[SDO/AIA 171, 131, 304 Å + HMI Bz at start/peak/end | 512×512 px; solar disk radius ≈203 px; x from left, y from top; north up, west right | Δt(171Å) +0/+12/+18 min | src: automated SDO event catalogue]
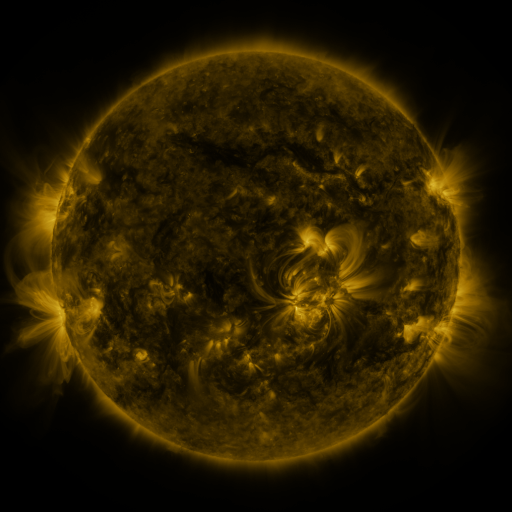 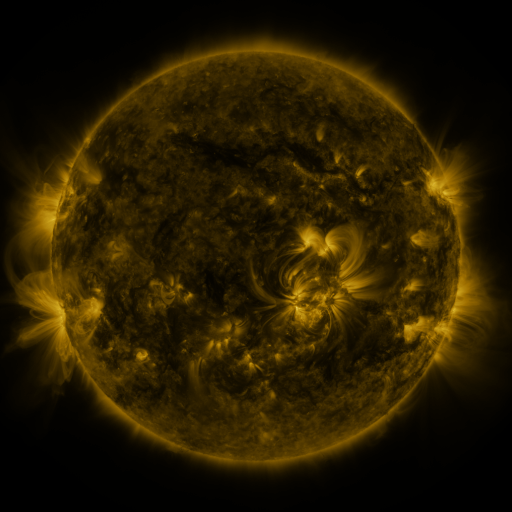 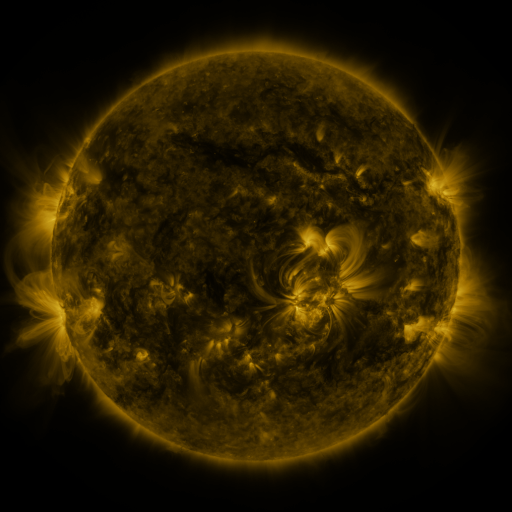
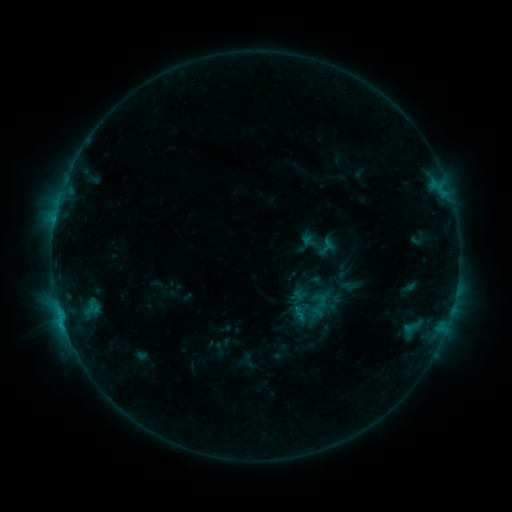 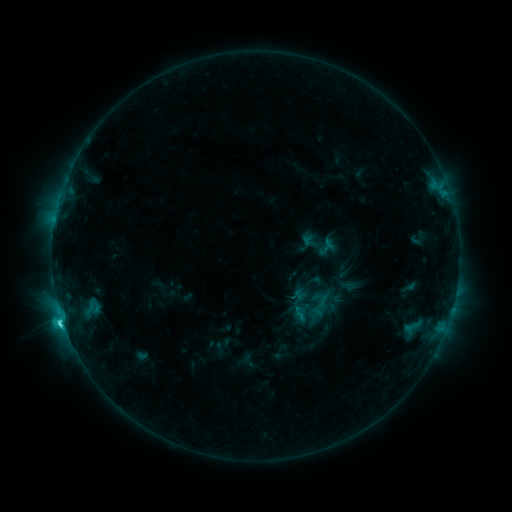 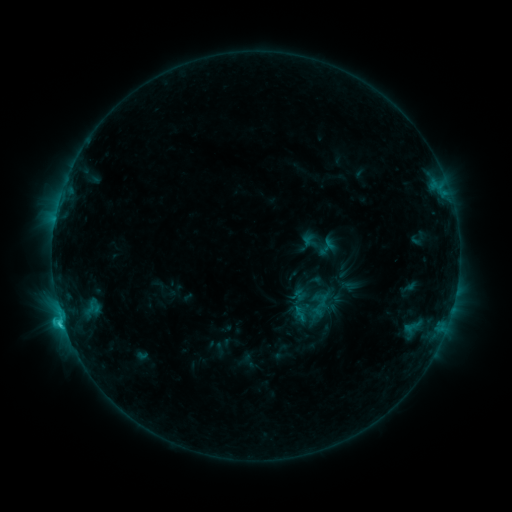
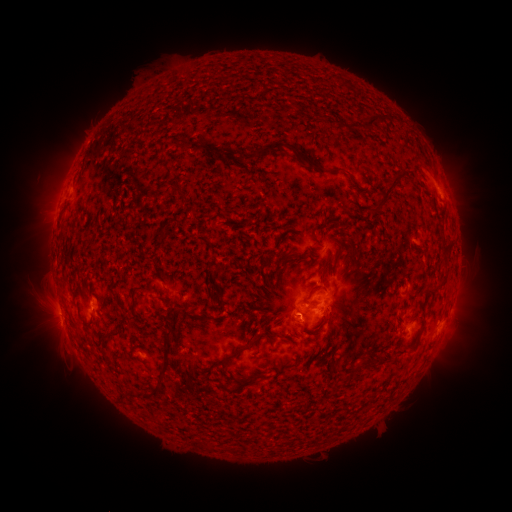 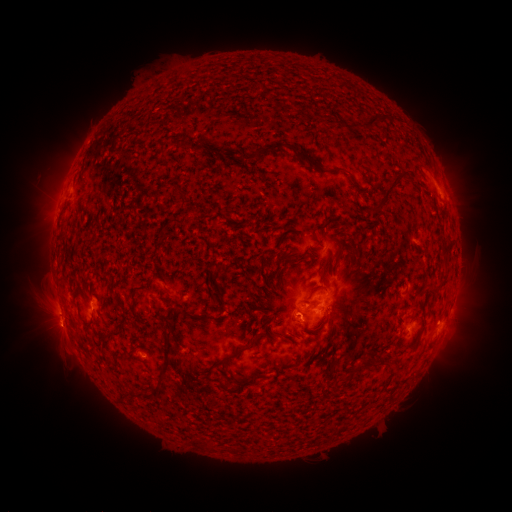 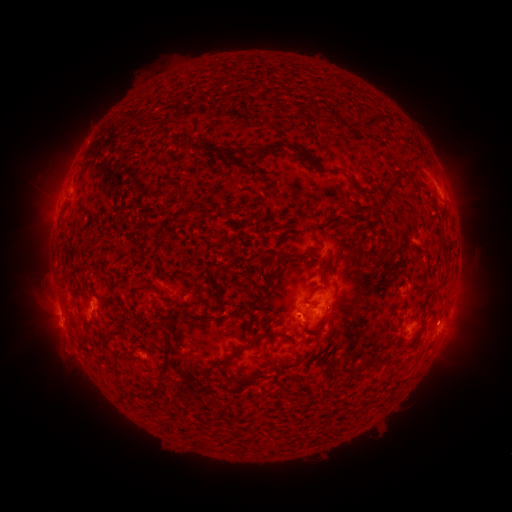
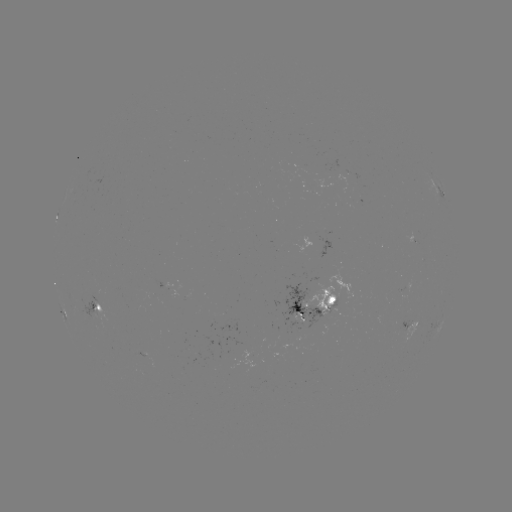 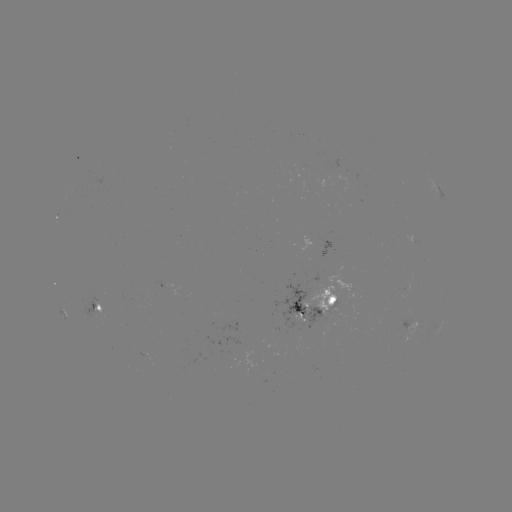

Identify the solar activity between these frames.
C3.0 flare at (62, 319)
